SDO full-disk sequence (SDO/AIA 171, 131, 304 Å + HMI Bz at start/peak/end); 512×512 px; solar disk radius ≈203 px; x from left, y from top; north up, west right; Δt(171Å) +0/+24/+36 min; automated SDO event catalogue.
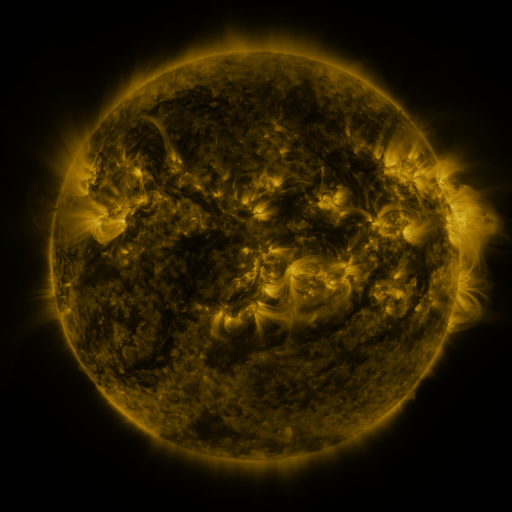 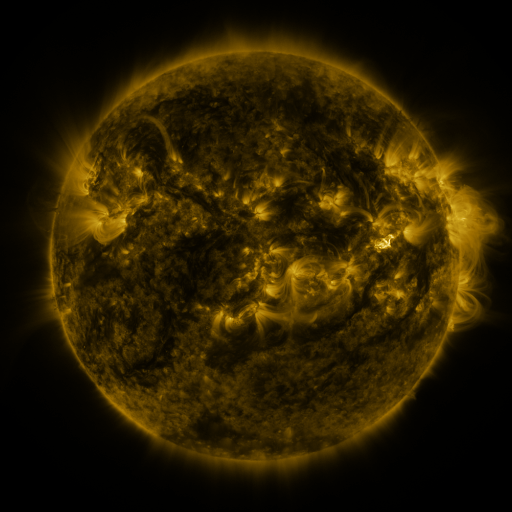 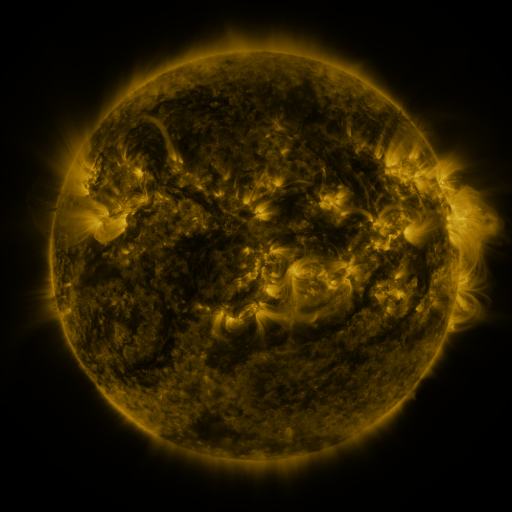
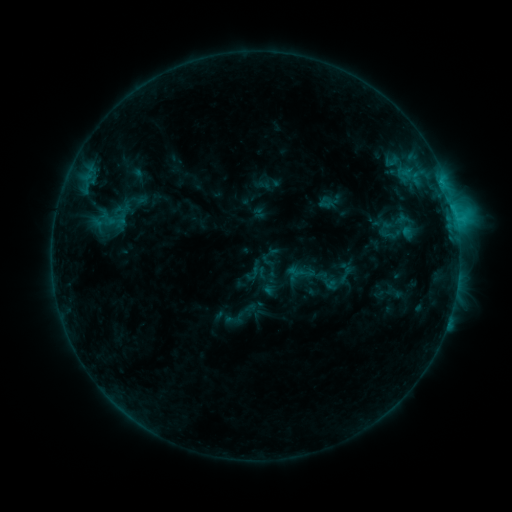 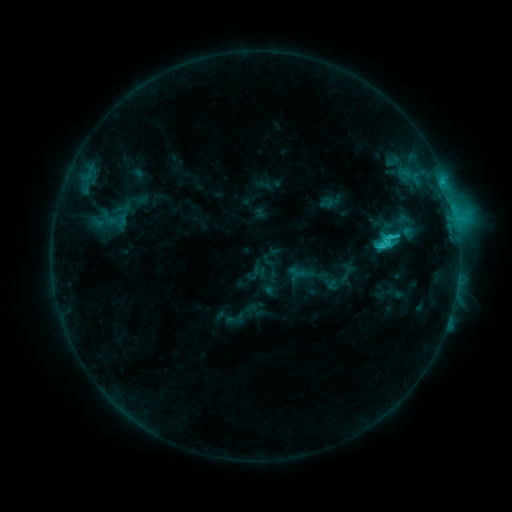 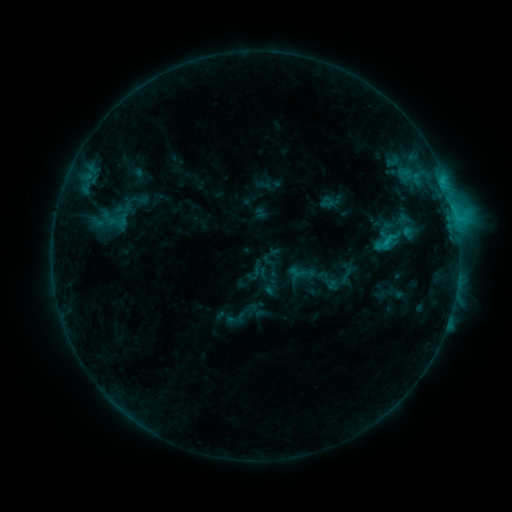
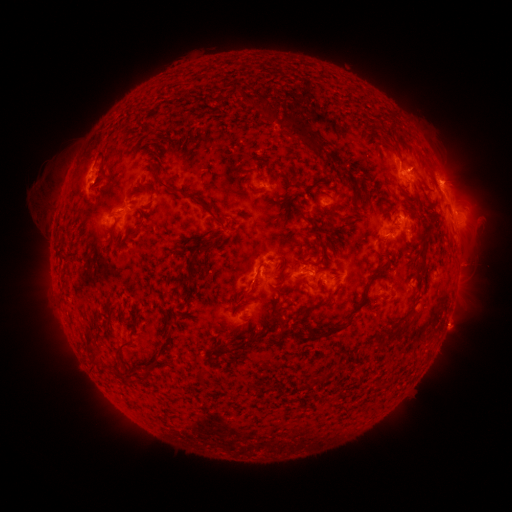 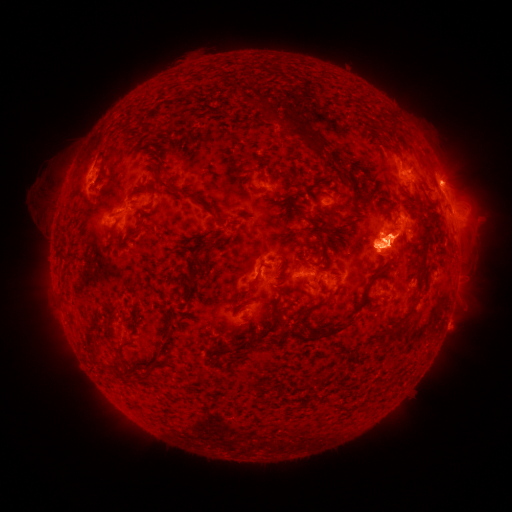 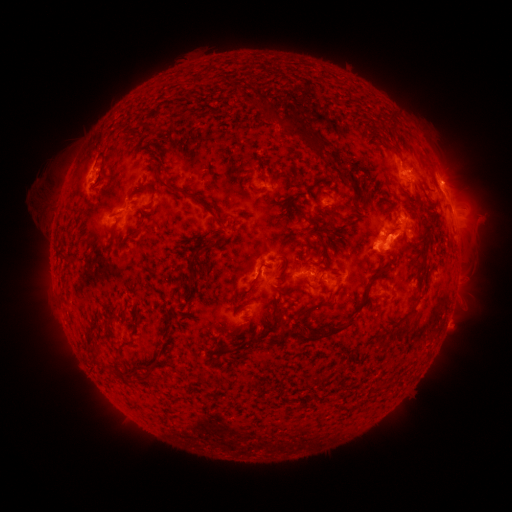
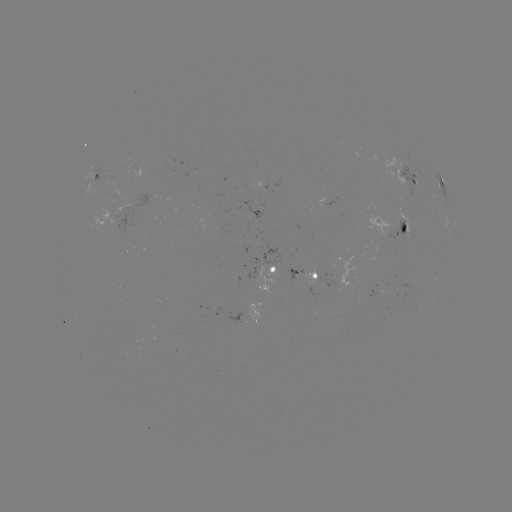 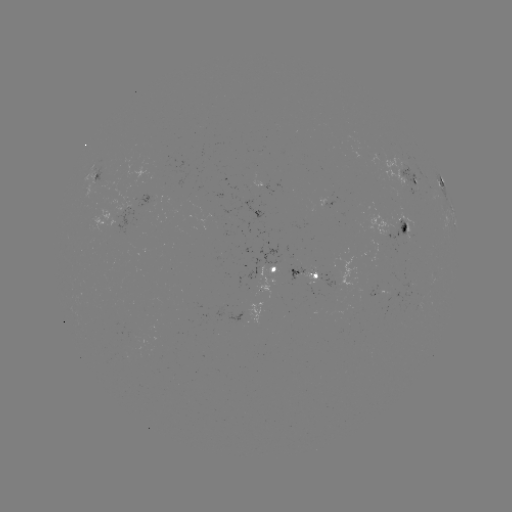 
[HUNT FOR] C3.1 flare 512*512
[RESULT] (381, 245)